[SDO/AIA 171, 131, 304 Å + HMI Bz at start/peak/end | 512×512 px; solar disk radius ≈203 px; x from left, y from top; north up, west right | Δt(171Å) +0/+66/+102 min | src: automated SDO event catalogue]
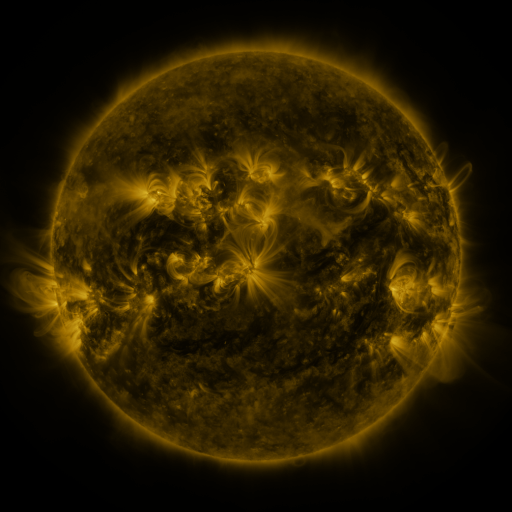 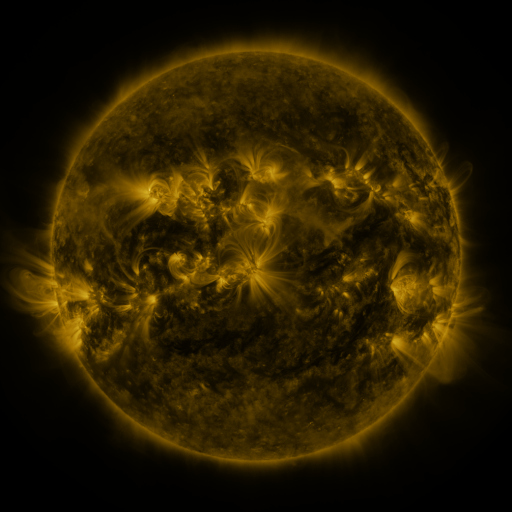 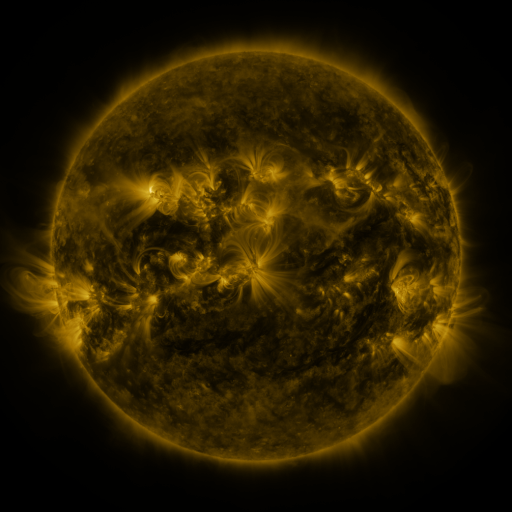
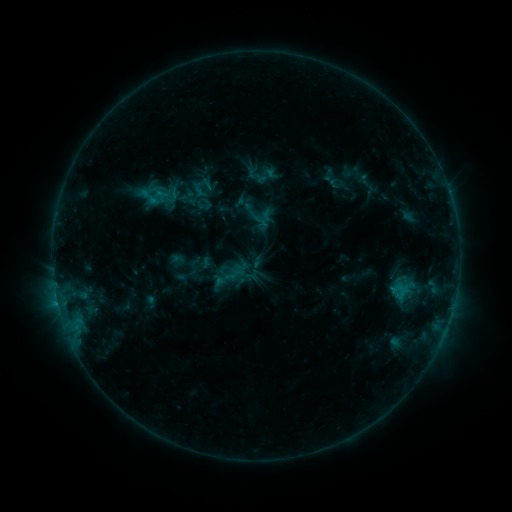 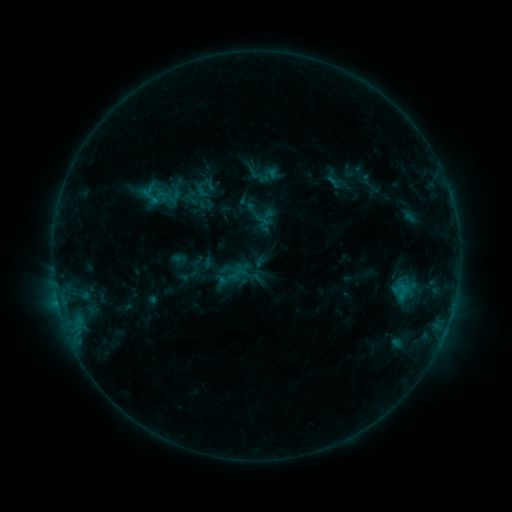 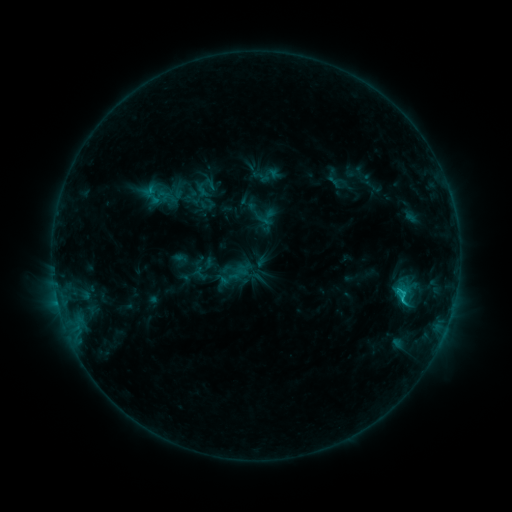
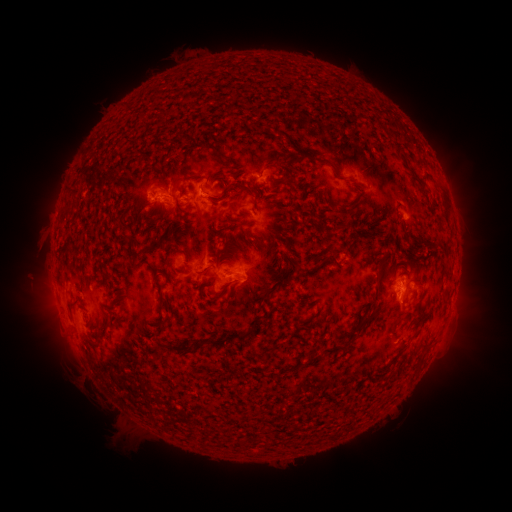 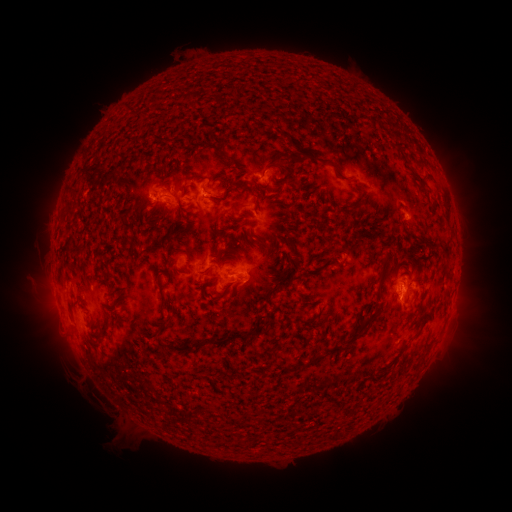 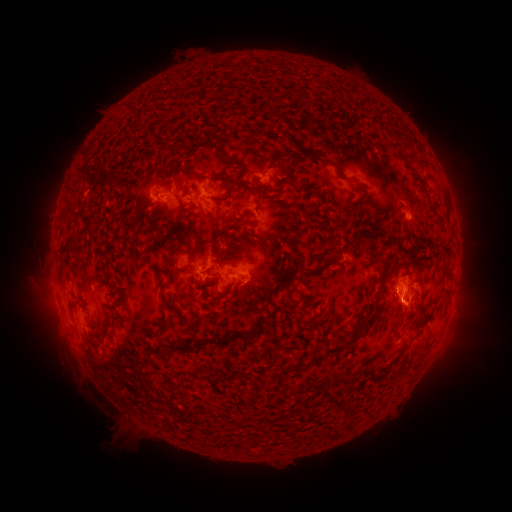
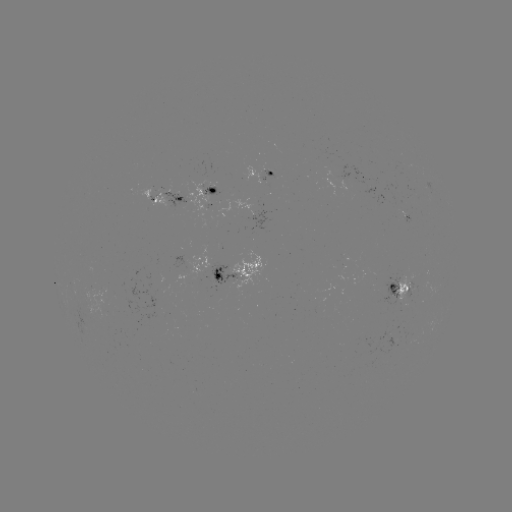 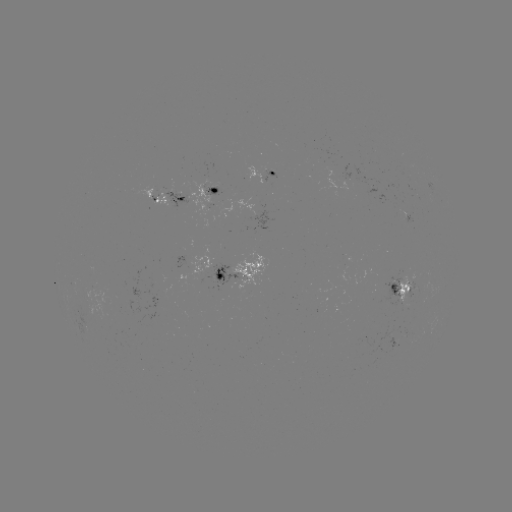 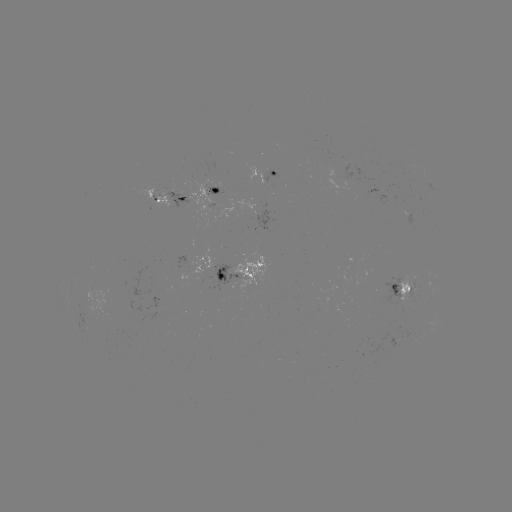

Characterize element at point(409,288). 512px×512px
emerging-flux region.